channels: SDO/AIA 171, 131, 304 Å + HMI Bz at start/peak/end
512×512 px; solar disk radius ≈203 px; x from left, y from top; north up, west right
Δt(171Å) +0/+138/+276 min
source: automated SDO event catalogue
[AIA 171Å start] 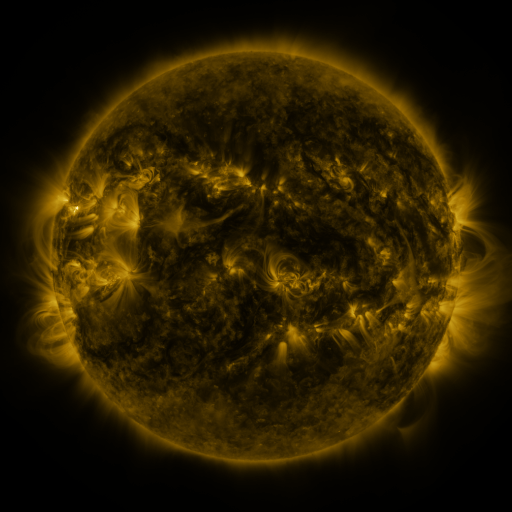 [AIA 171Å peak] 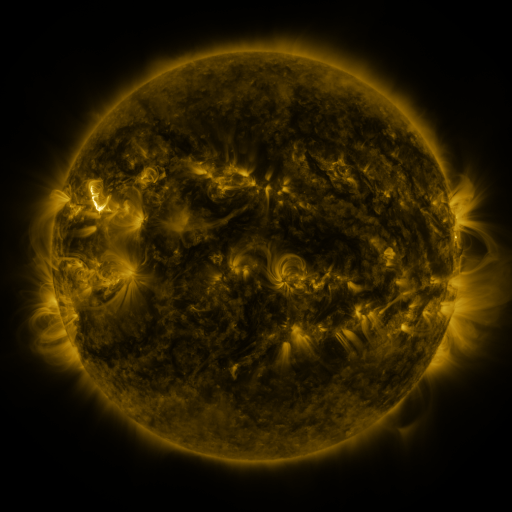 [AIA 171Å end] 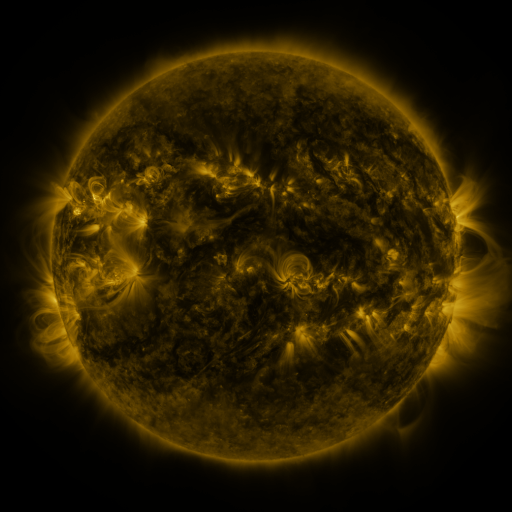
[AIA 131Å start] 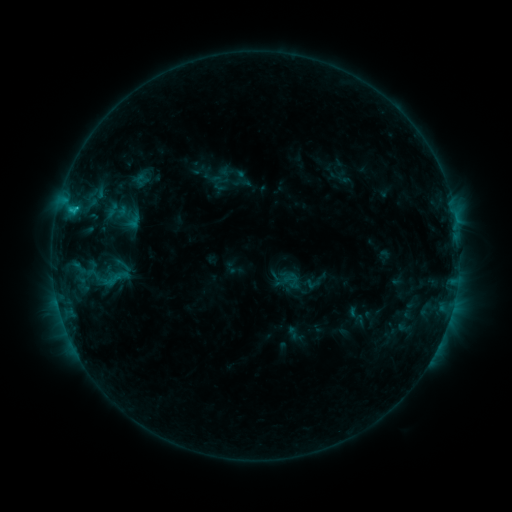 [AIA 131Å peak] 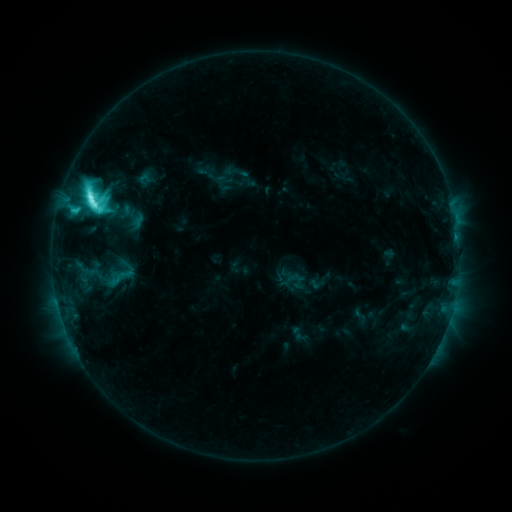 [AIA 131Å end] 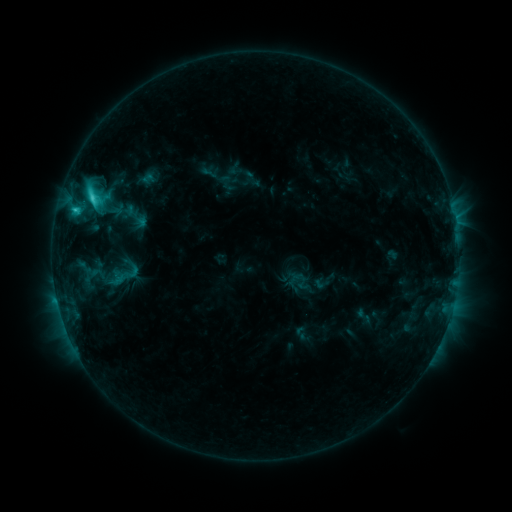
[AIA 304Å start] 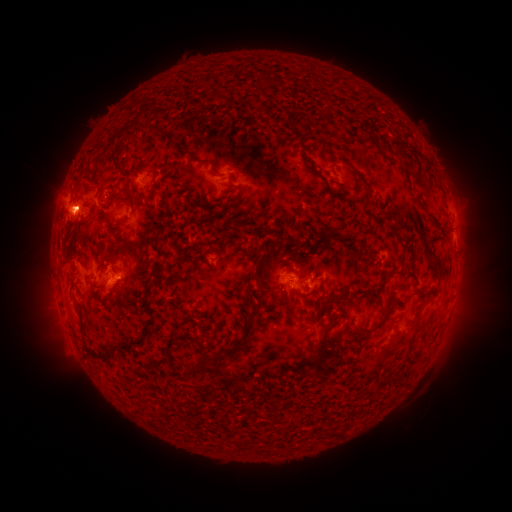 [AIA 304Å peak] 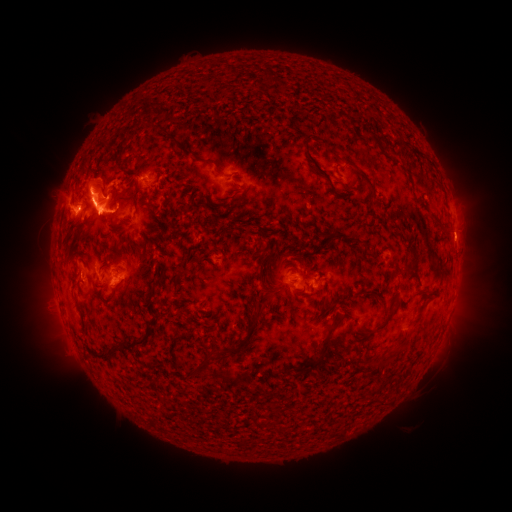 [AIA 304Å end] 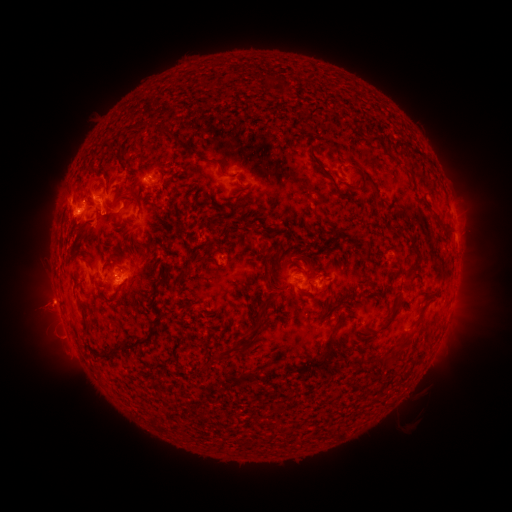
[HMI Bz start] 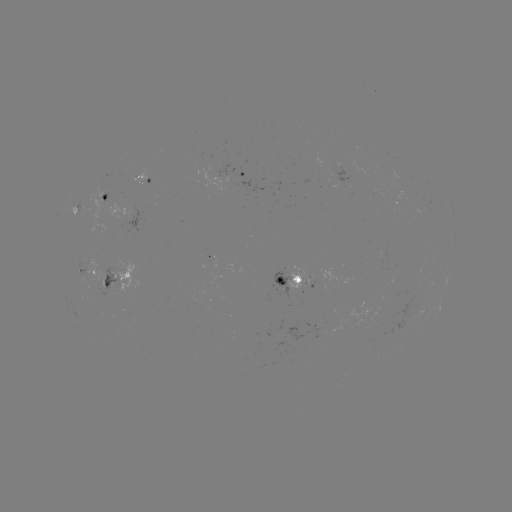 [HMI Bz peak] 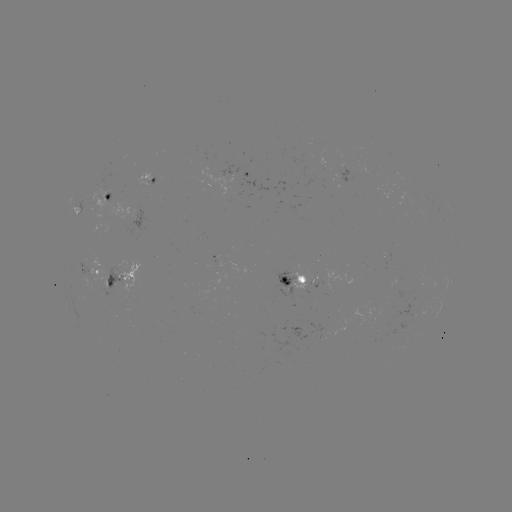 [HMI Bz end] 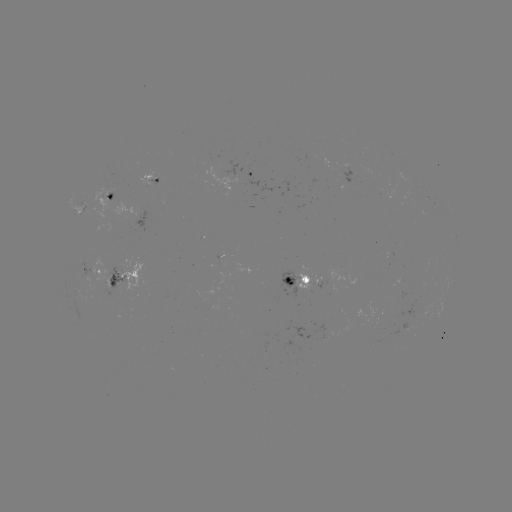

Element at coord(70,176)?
filament eruption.